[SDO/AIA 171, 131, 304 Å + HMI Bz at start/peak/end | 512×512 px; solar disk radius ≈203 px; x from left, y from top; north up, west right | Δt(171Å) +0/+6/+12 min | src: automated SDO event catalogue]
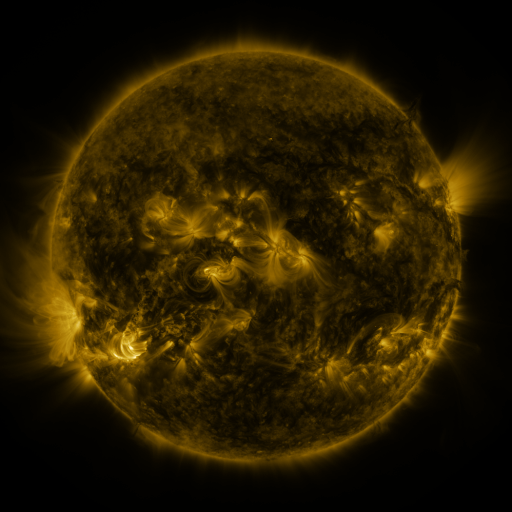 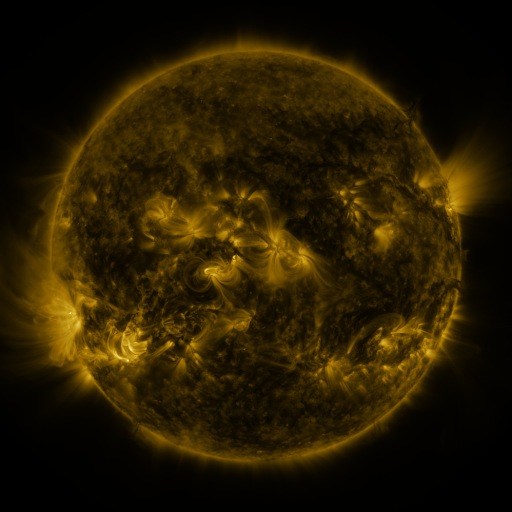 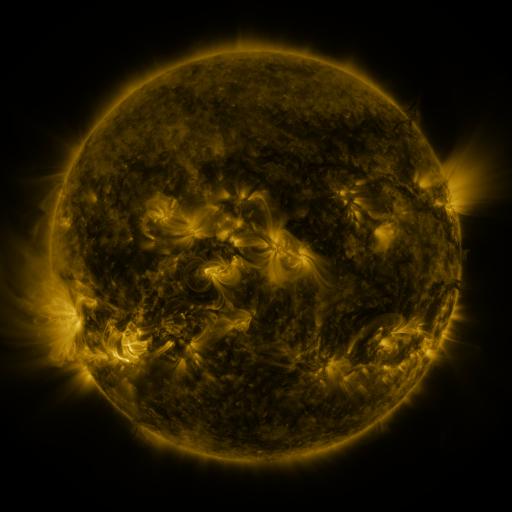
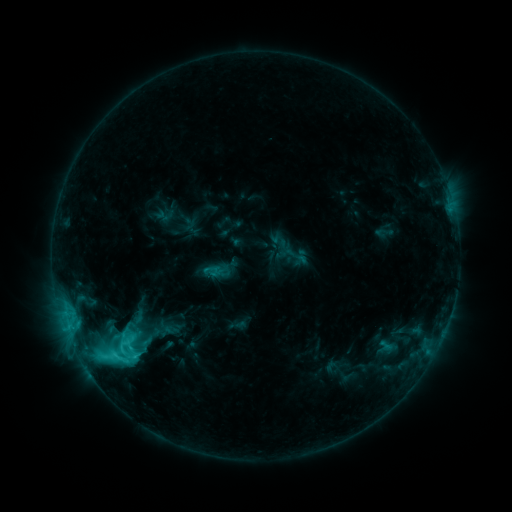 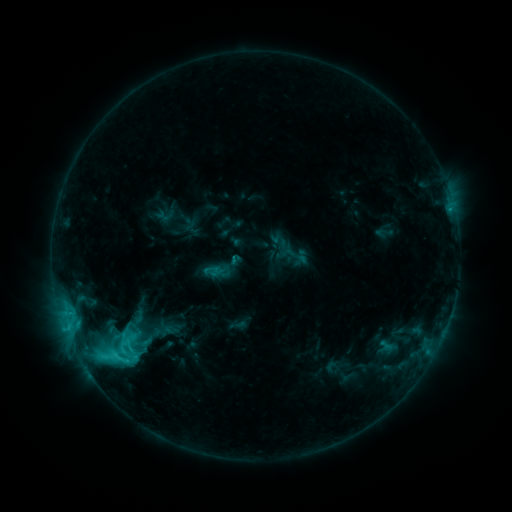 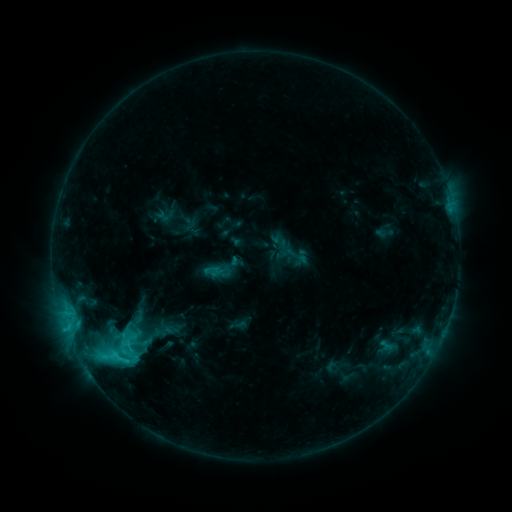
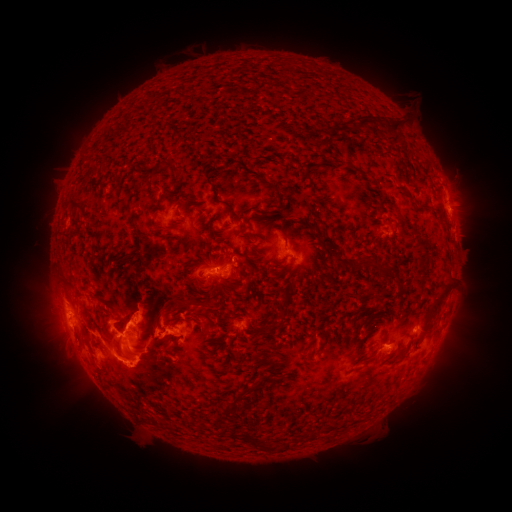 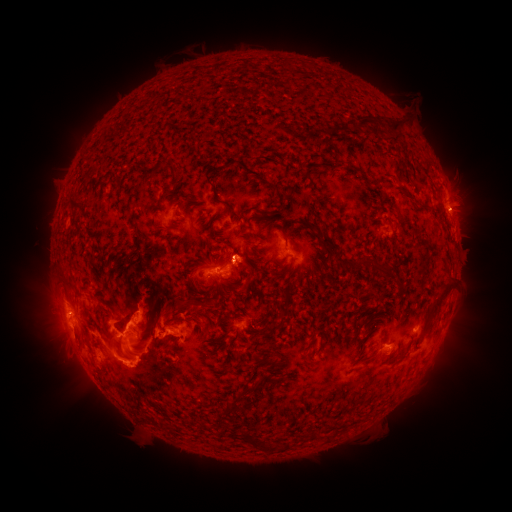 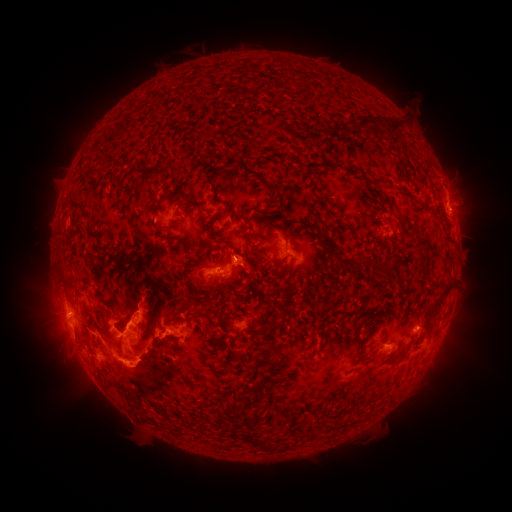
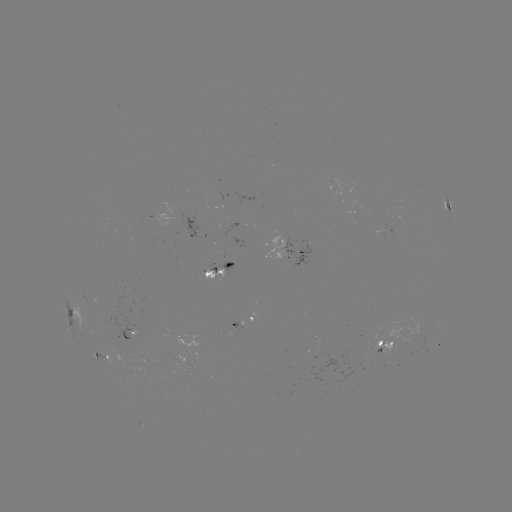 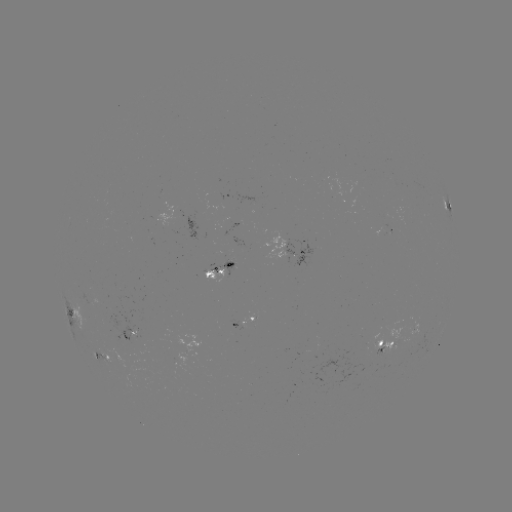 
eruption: (222, 234, 271, 288)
